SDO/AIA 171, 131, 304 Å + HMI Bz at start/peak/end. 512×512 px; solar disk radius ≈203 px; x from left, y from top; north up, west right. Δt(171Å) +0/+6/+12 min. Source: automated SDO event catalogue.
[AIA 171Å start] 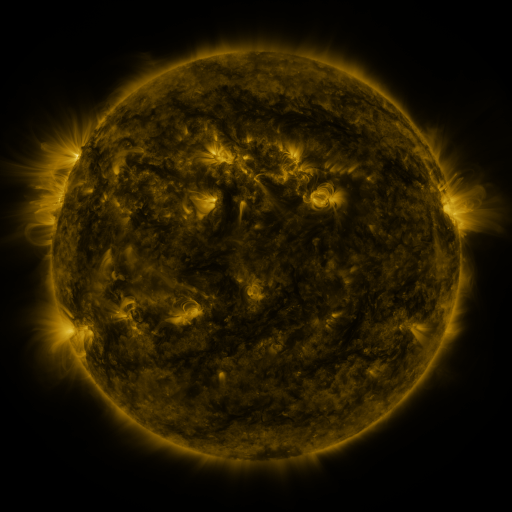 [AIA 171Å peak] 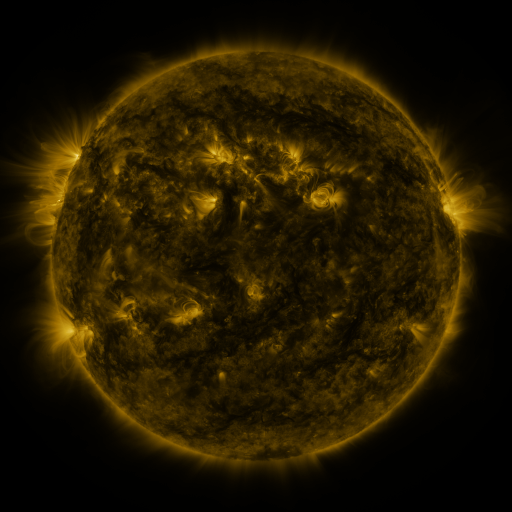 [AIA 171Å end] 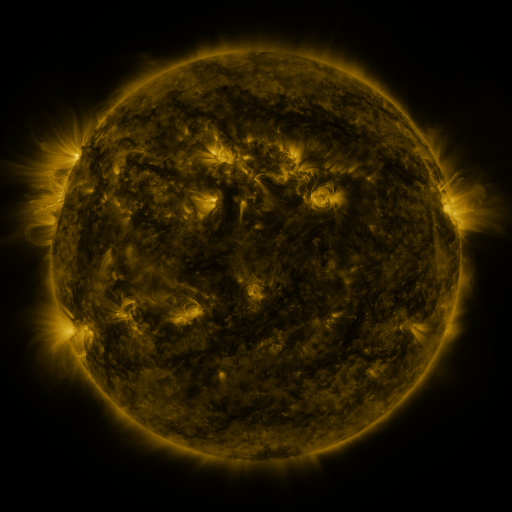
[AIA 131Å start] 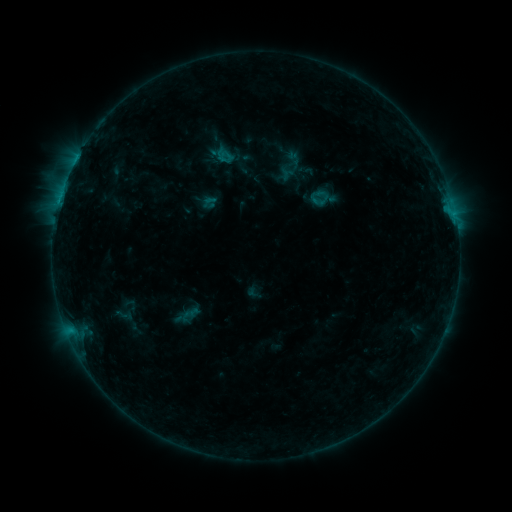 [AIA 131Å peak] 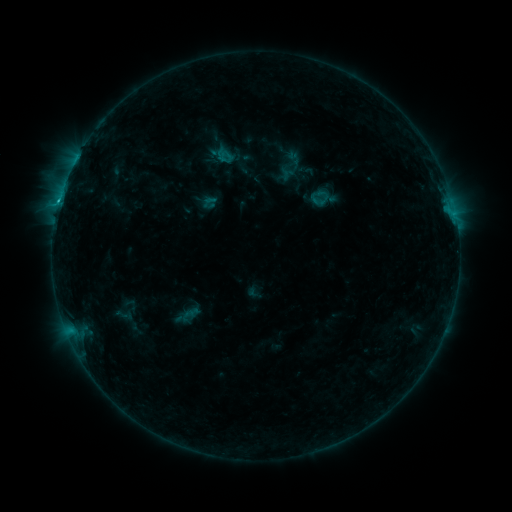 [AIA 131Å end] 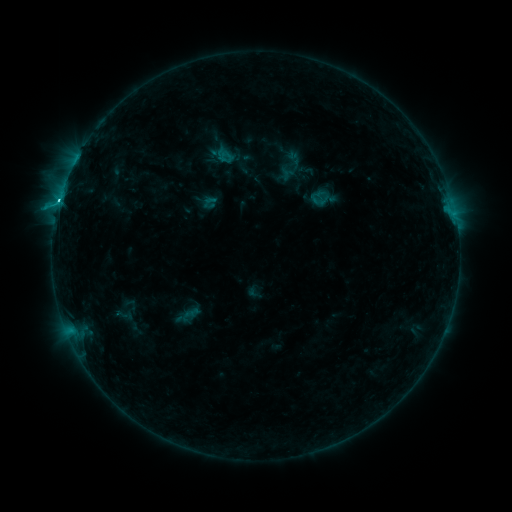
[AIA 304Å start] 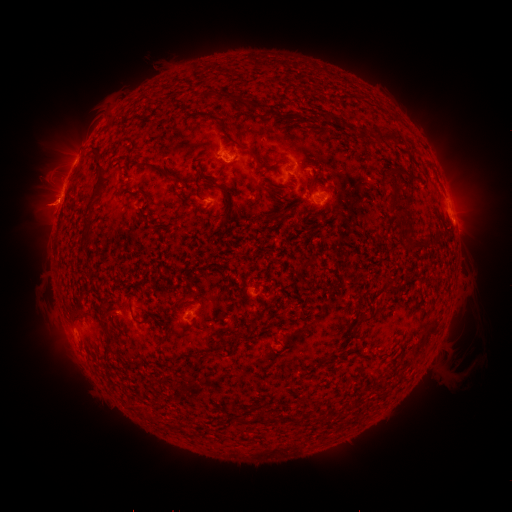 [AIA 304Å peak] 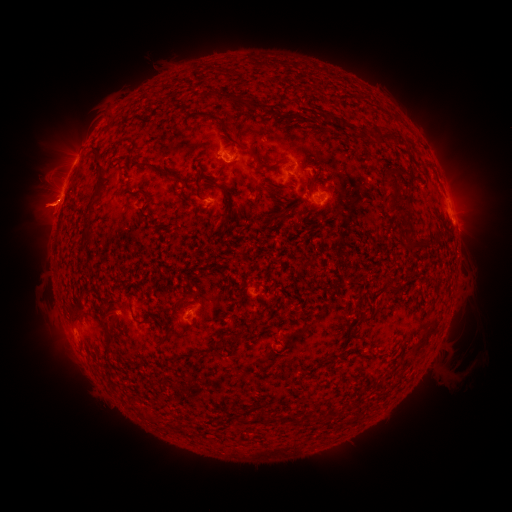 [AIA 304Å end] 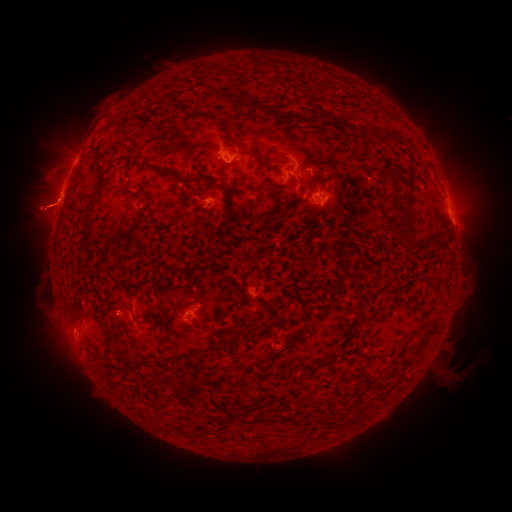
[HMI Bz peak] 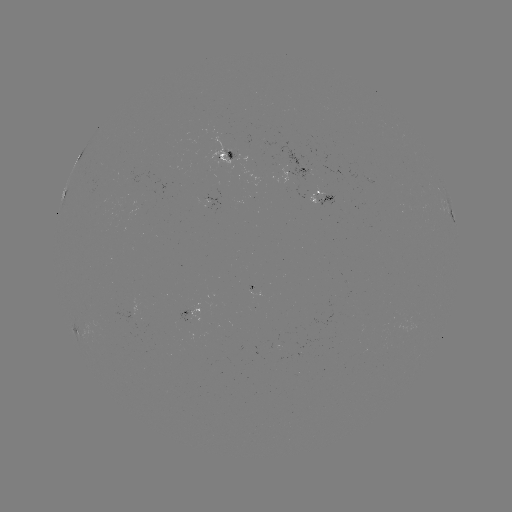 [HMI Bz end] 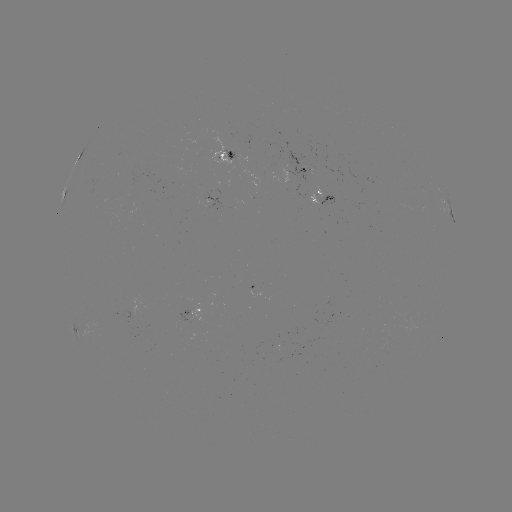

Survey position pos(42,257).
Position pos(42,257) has eruption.